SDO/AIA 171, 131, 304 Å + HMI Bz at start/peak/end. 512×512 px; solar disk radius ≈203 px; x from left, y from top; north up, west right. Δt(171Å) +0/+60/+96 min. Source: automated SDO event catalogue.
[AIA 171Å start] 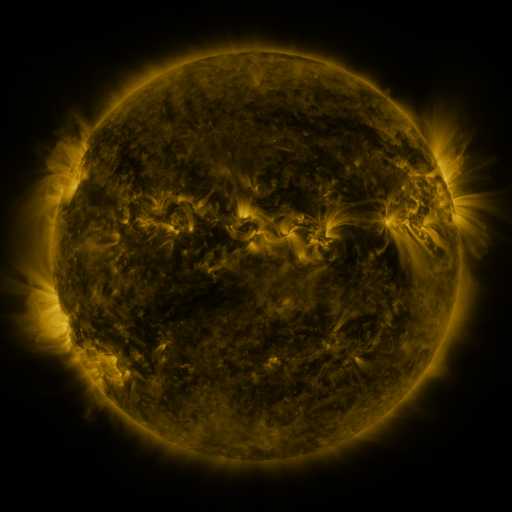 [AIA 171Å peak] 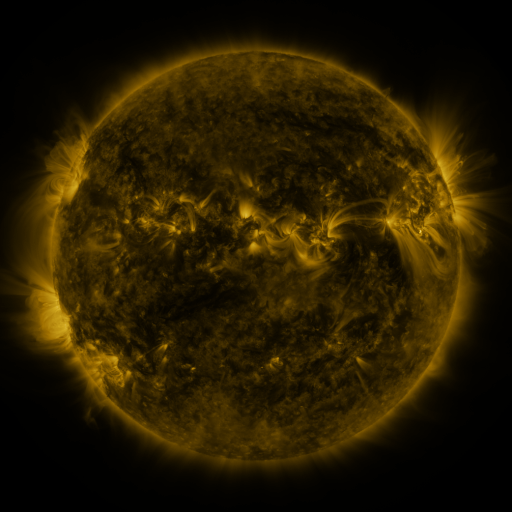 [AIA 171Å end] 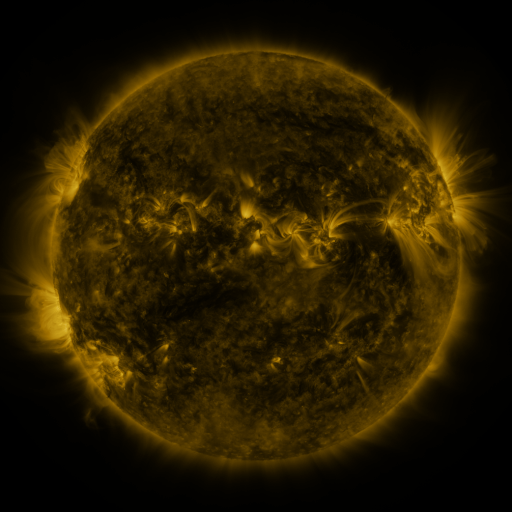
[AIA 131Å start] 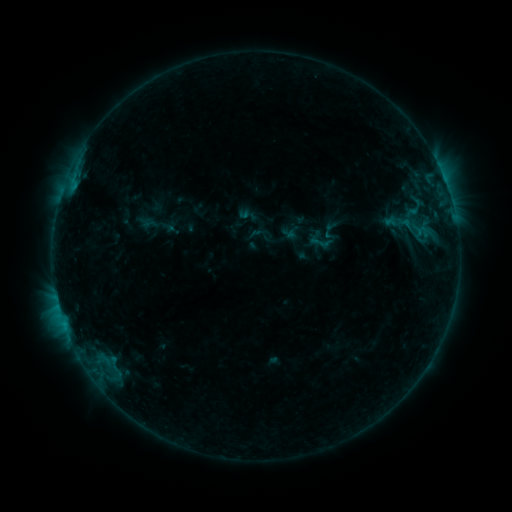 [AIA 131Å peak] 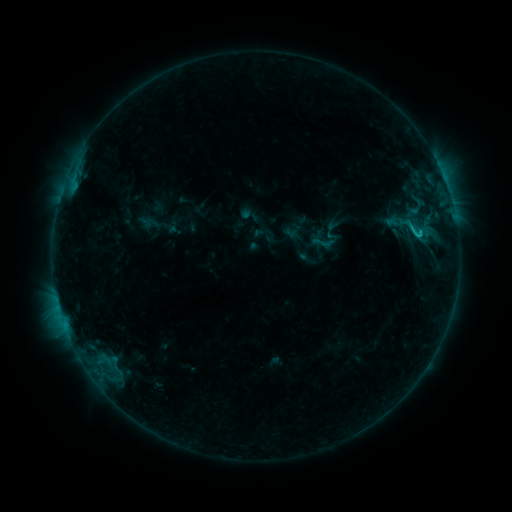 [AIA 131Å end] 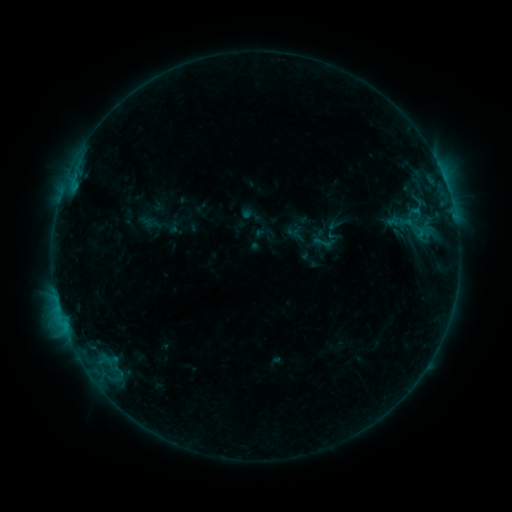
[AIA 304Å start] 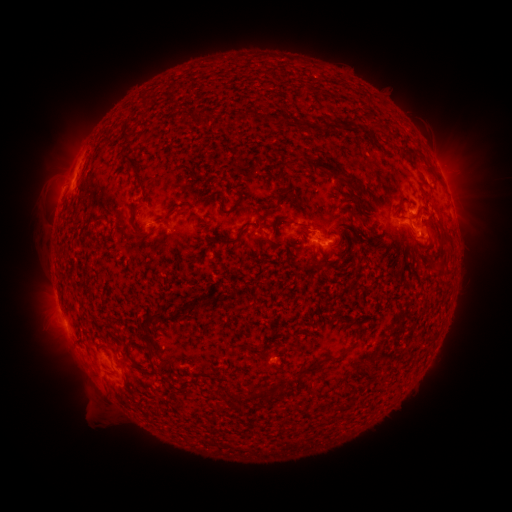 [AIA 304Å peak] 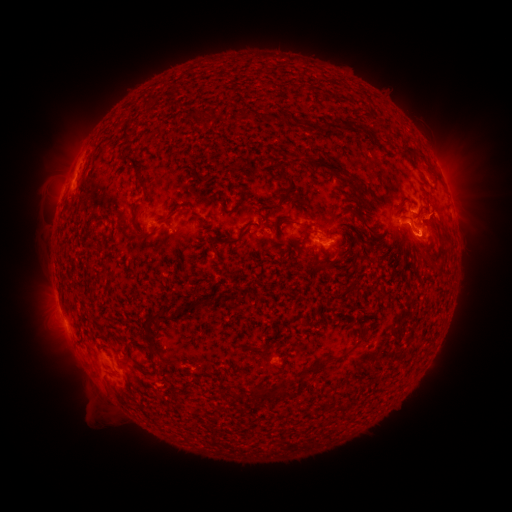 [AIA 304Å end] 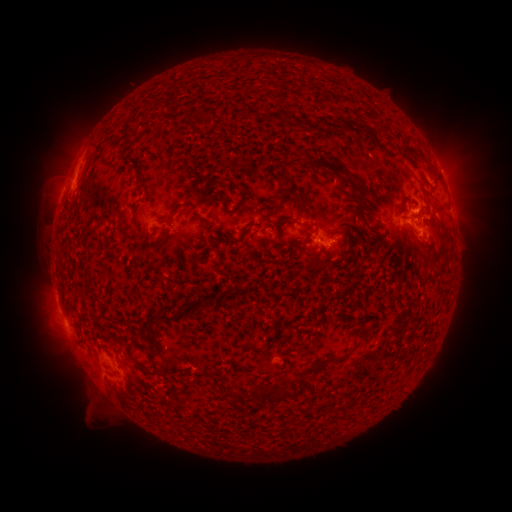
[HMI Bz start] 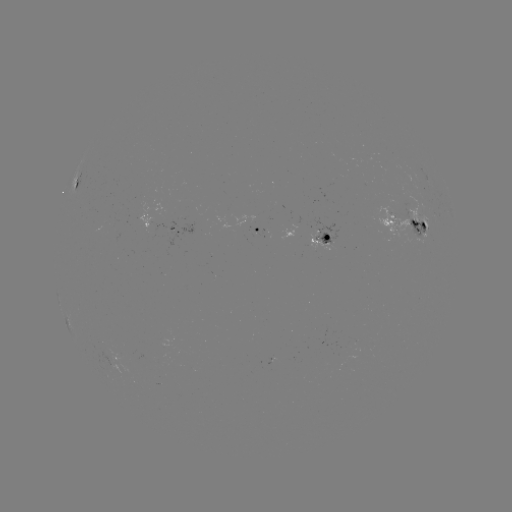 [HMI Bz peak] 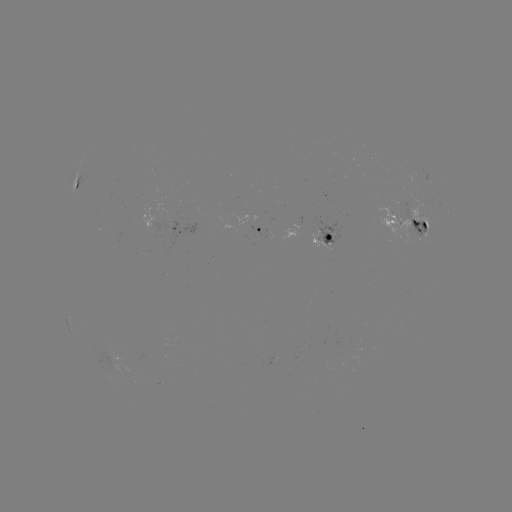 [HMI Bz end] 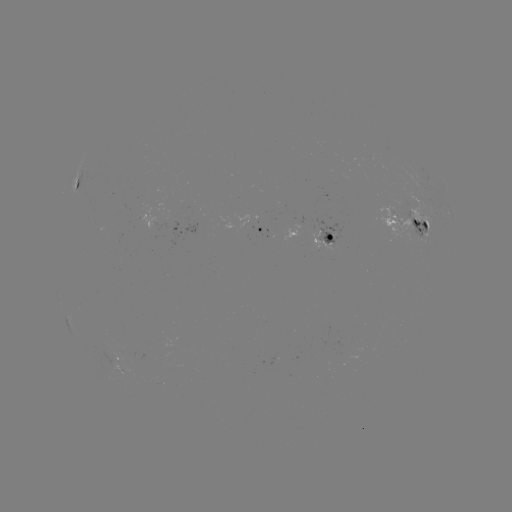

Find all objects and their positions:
emerging-flux region: (157, 386)
